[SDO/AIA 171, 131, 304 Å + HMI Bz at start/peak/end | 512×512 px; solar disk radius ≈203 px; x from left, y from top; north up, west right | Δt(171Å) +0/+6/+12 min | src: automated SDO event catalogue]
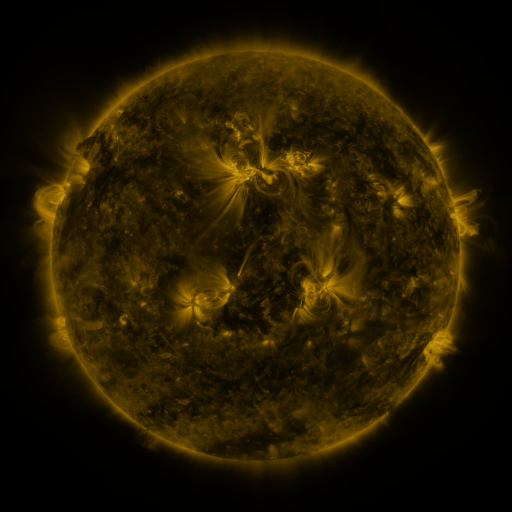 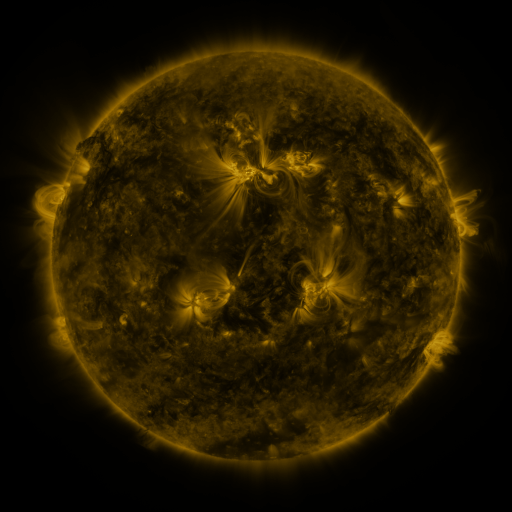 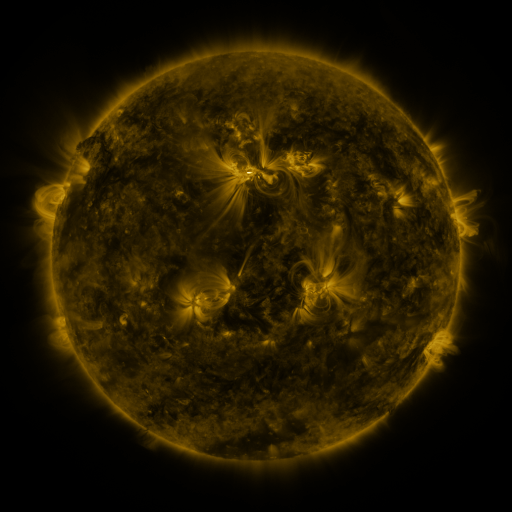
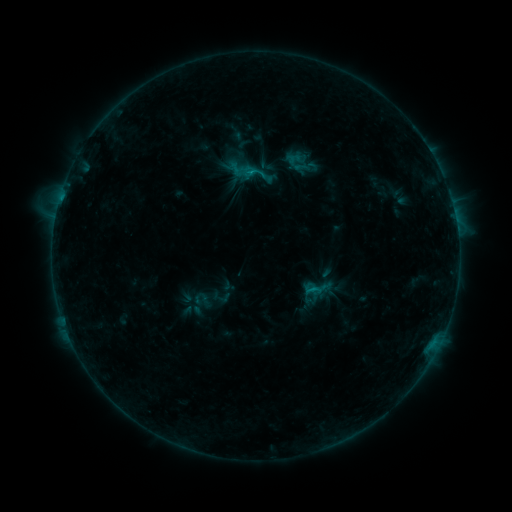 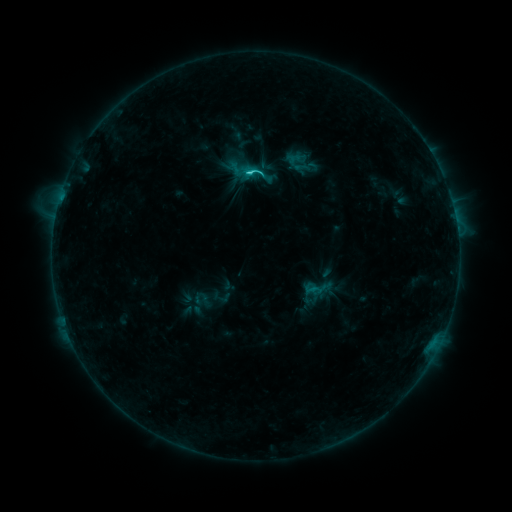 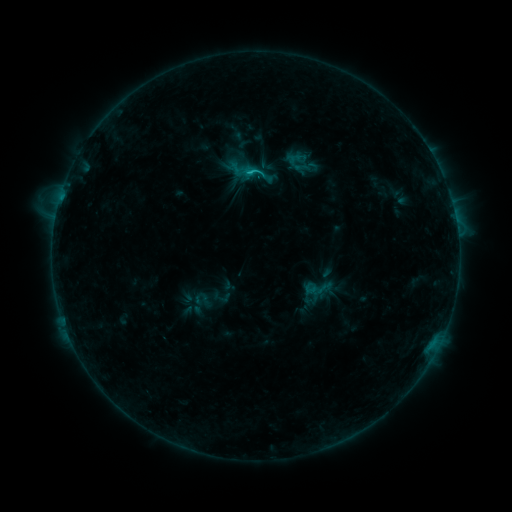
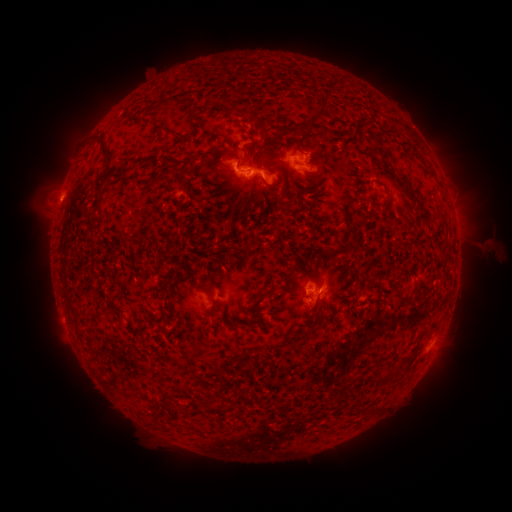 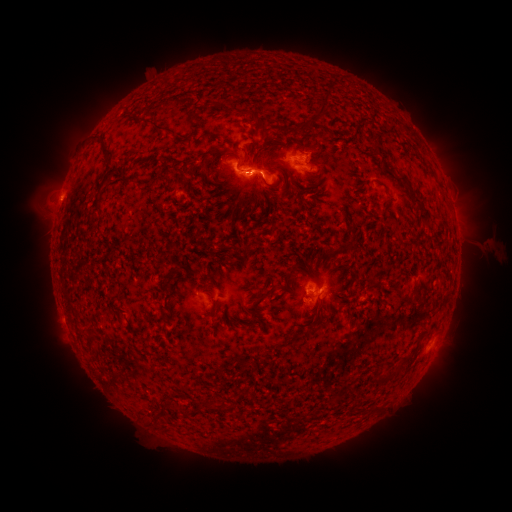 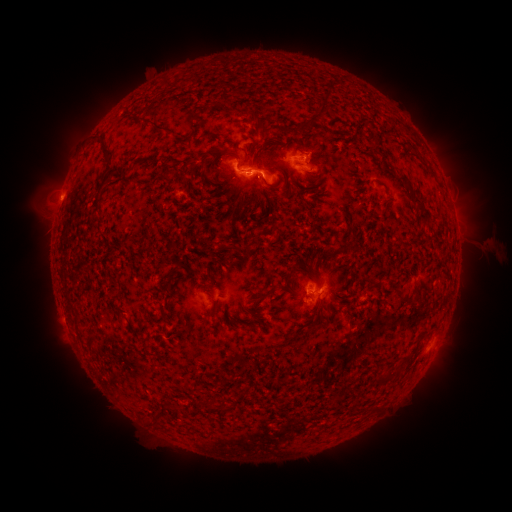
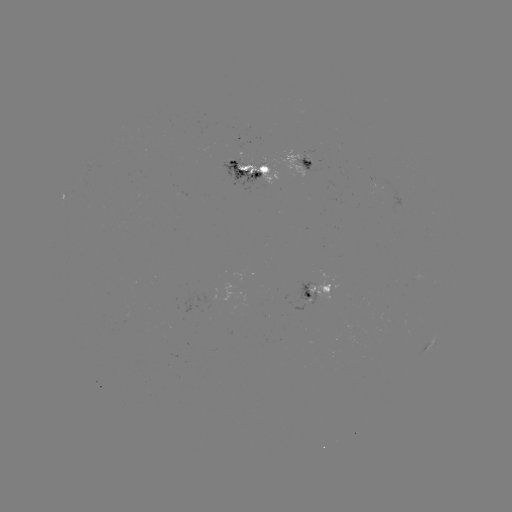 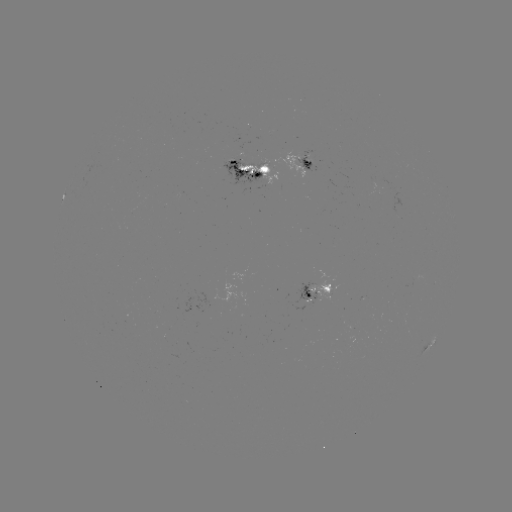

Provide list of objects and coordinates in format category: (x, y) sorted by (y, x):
C2.0 flare: (252, 175)
